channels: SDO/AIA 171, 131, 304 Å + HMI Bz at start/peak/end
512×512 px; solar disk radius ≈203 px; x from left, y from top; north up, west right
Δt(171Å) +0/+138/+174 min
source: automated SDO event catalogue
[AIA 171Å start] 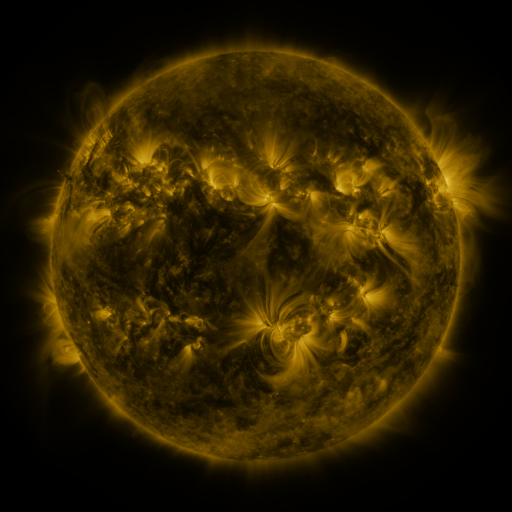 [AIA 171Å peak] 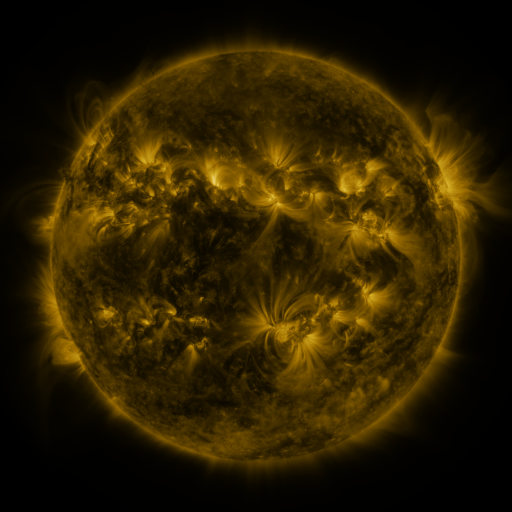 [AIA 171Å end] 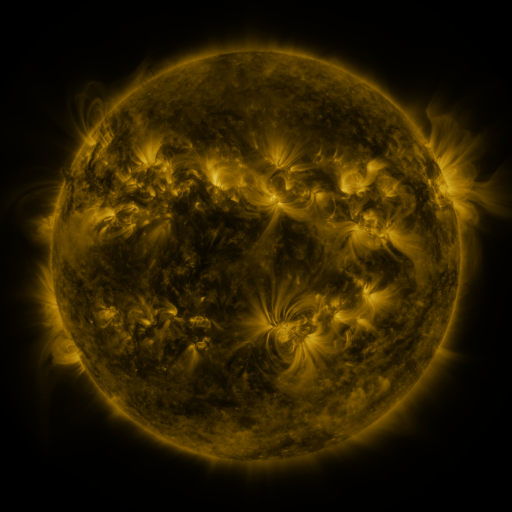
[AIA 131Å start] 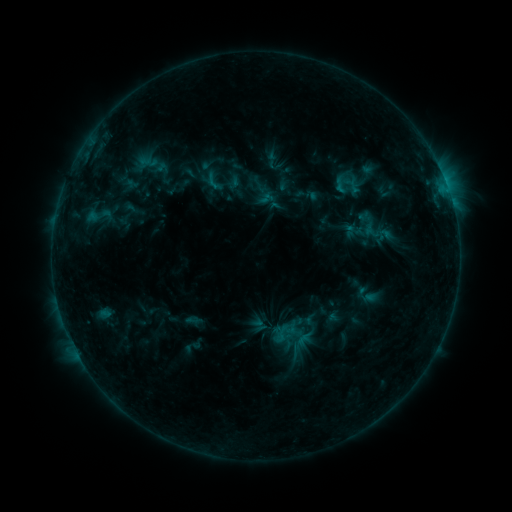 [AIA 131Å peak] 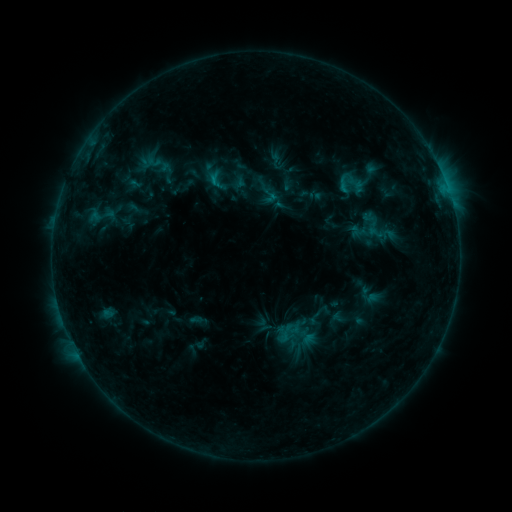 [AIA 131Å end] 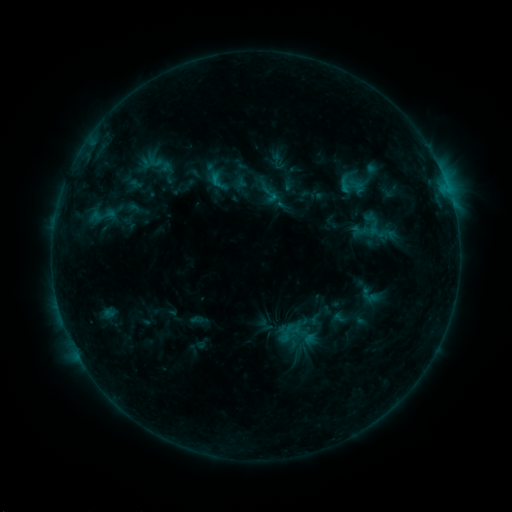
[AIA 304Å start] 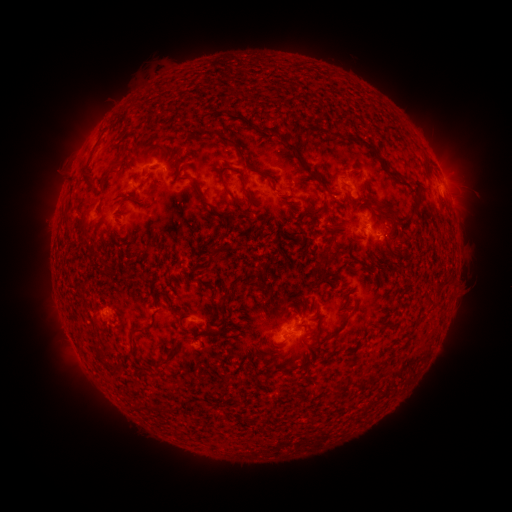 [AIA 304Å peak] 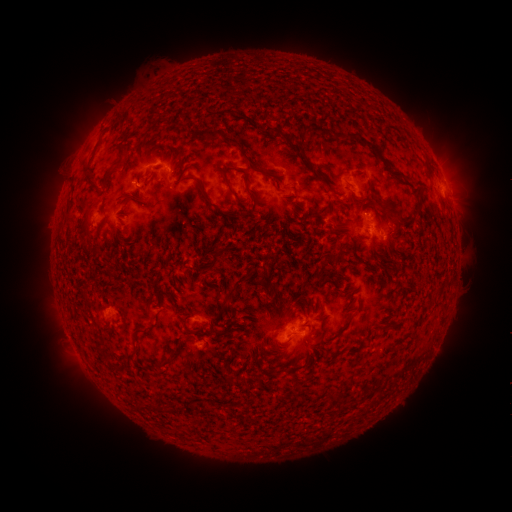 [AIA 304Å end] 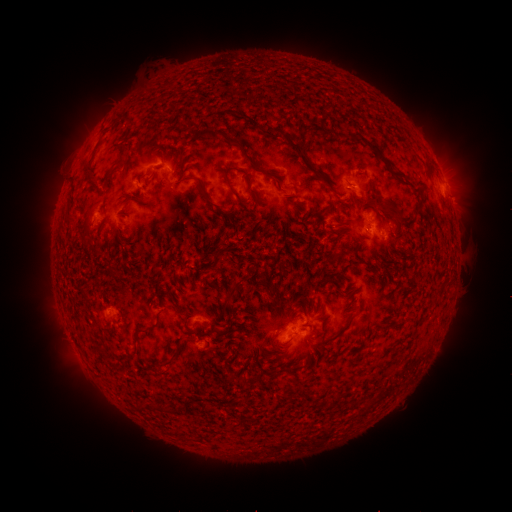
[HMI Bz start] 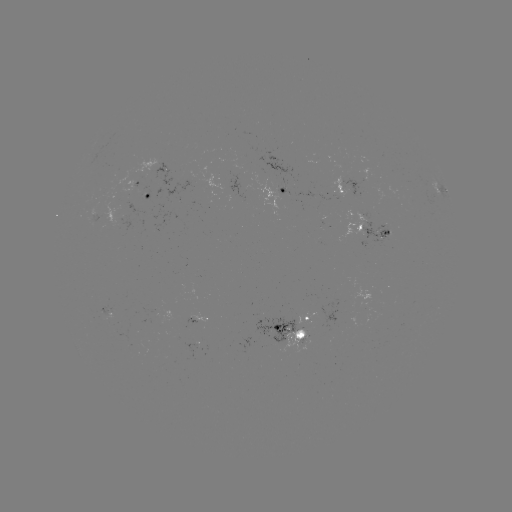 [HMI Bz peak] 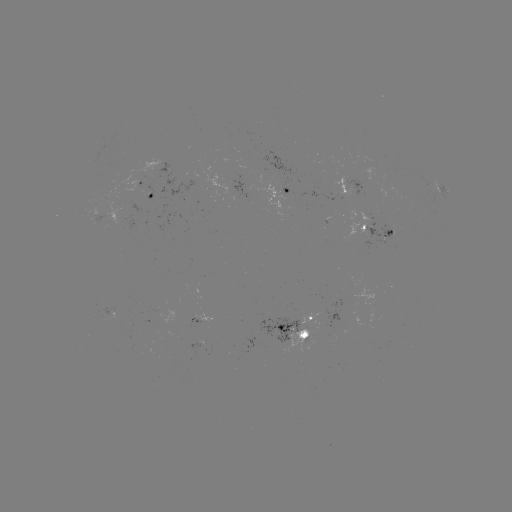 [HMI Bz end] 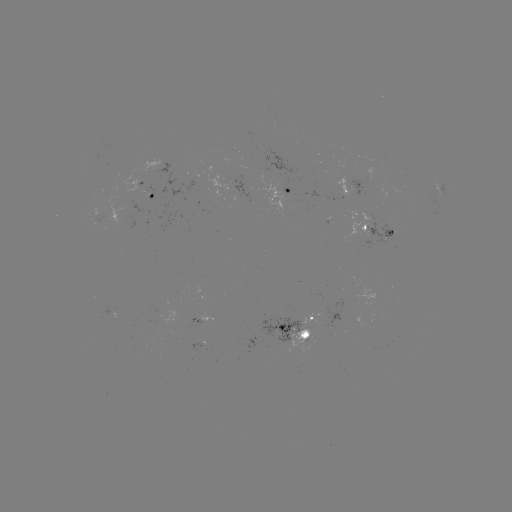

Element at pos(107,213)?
emerging-flux region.